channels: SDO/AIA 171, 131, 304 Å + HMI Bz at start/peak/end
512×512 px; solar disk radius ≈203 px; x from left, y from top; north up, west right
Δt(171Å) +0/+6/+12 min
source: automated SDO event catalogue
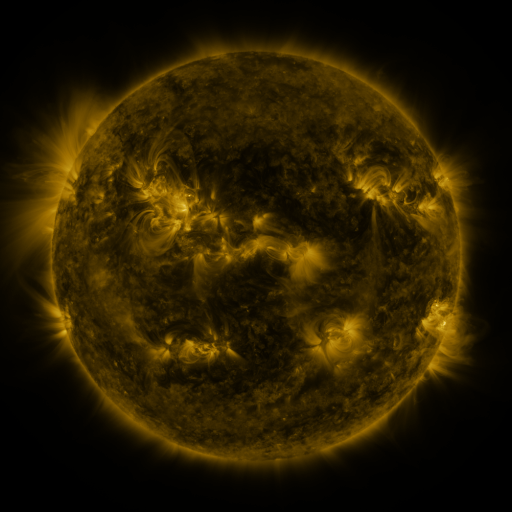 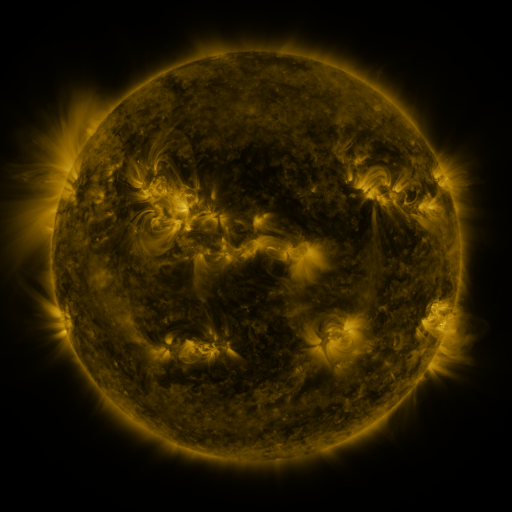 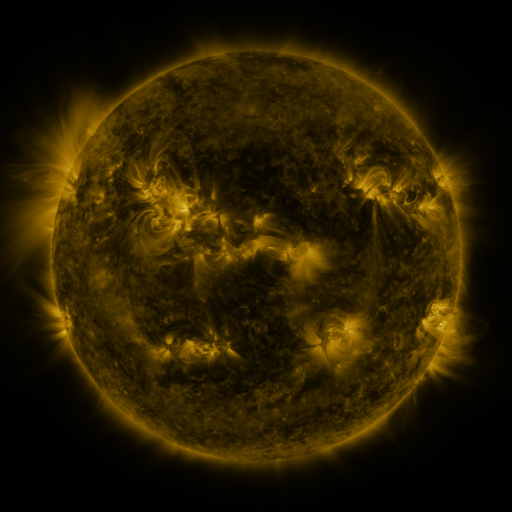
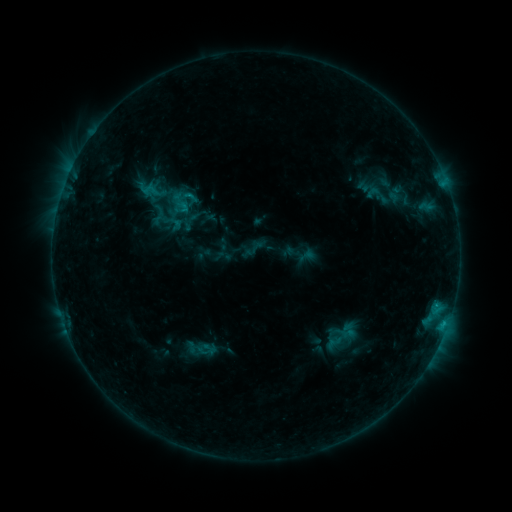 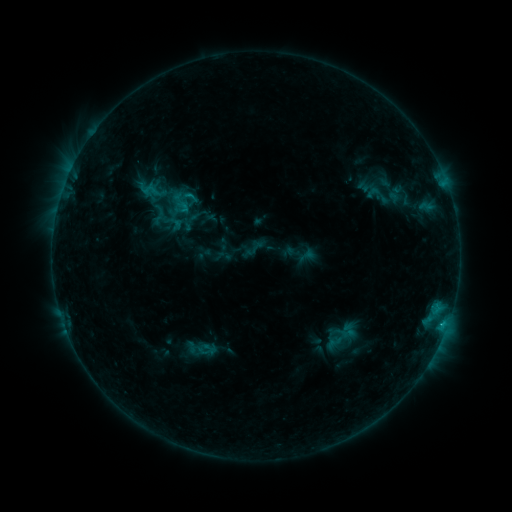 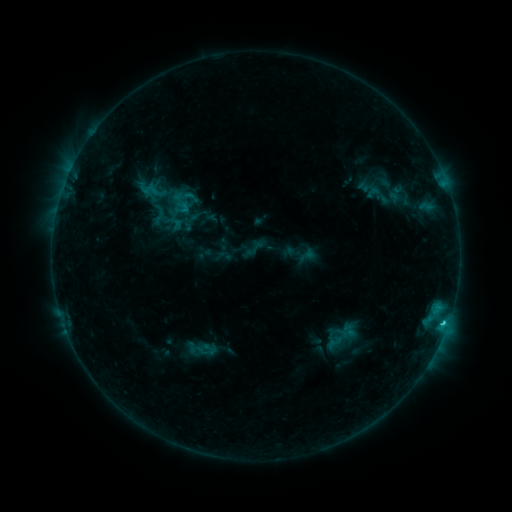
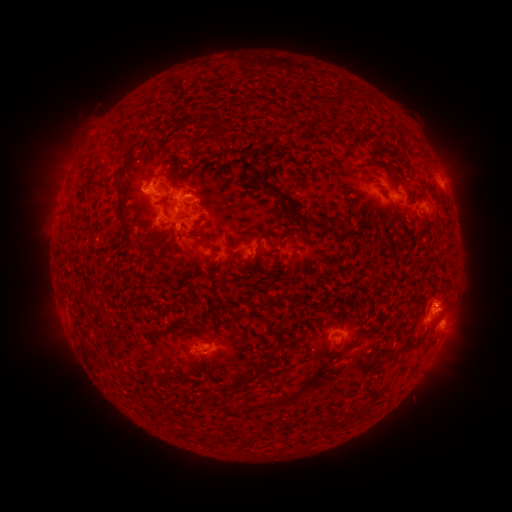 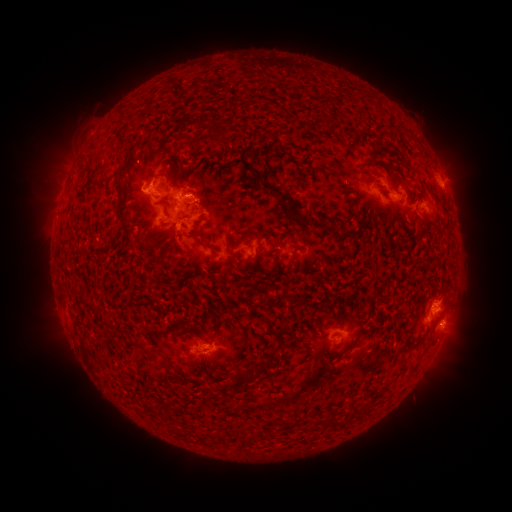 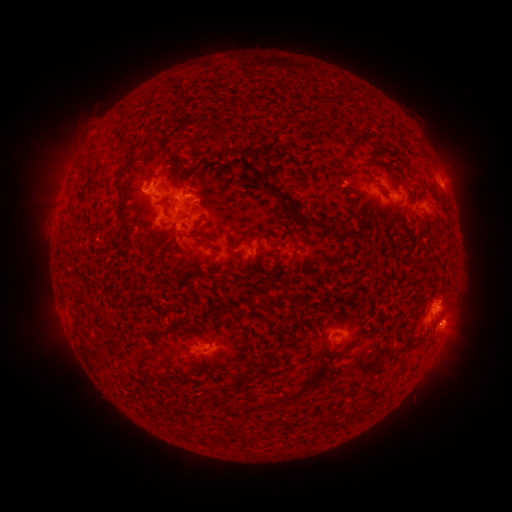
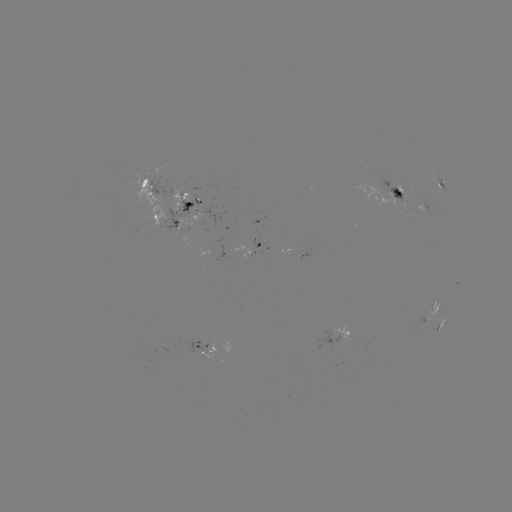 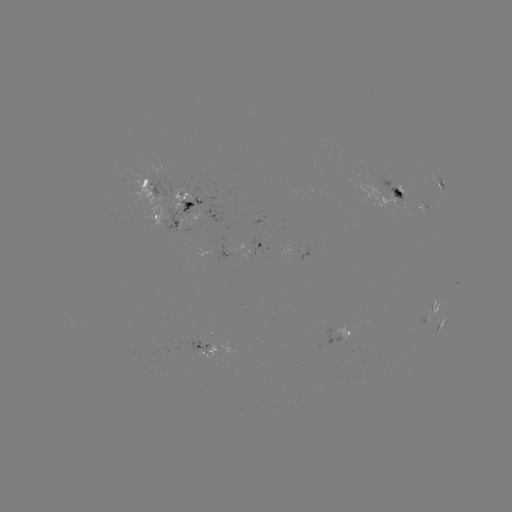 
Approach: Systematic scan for C2.2 flare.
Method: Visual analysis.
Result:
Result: C2.2 flare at [441, 325].